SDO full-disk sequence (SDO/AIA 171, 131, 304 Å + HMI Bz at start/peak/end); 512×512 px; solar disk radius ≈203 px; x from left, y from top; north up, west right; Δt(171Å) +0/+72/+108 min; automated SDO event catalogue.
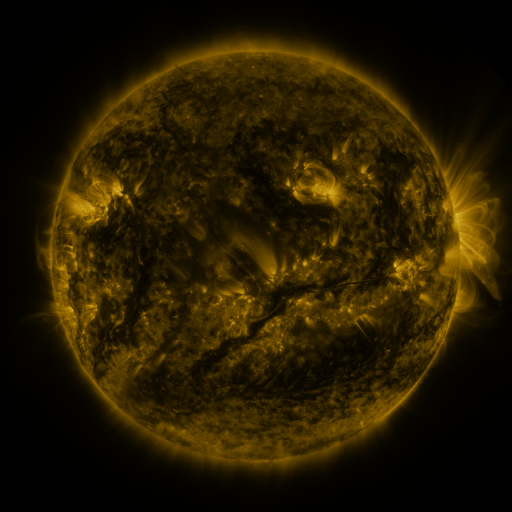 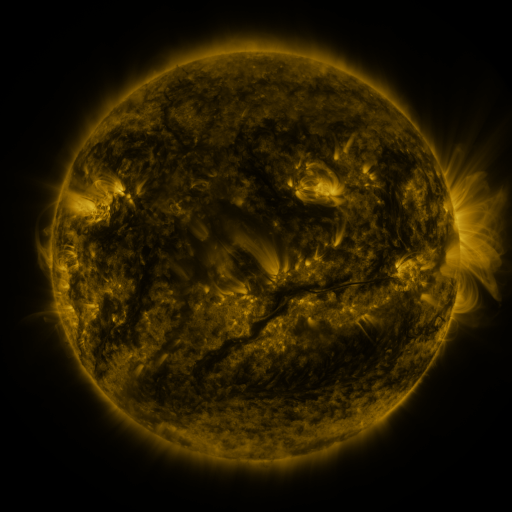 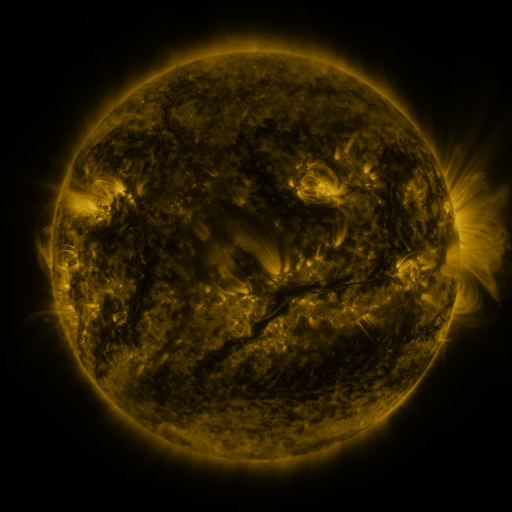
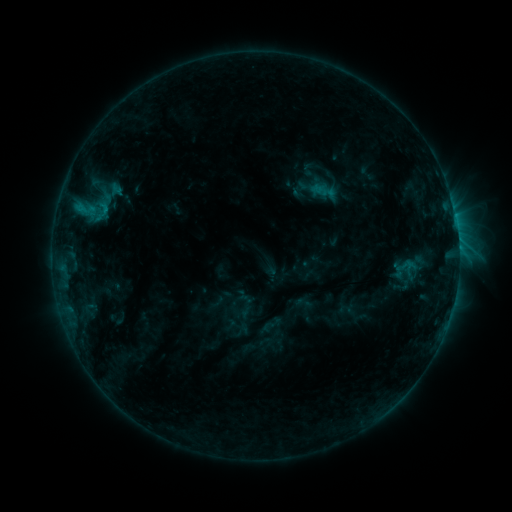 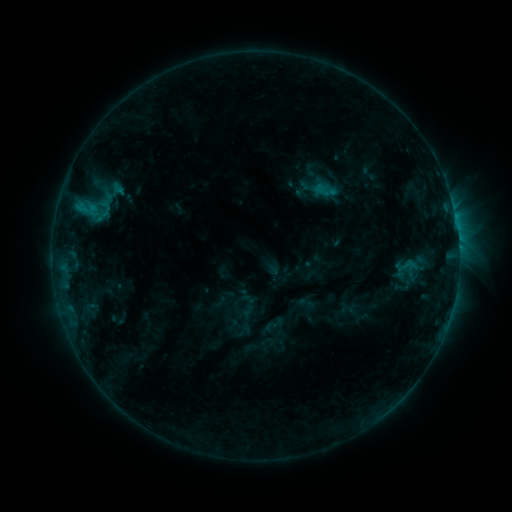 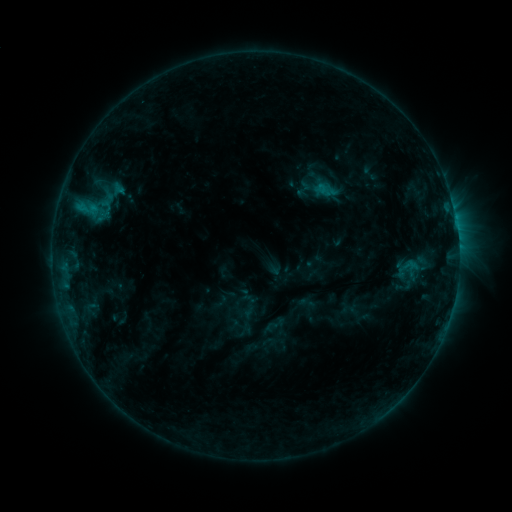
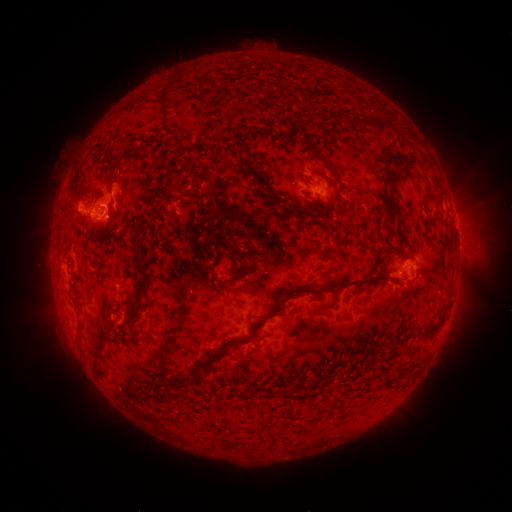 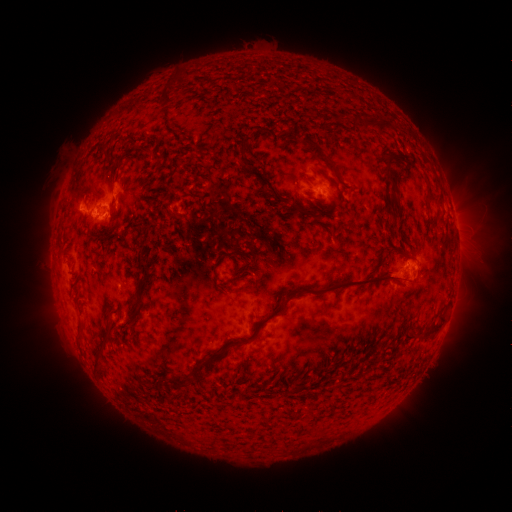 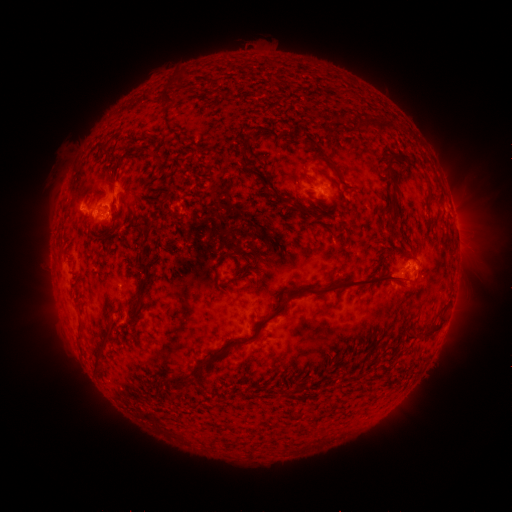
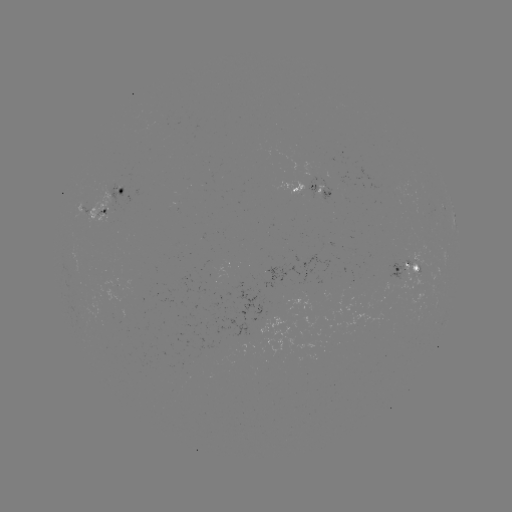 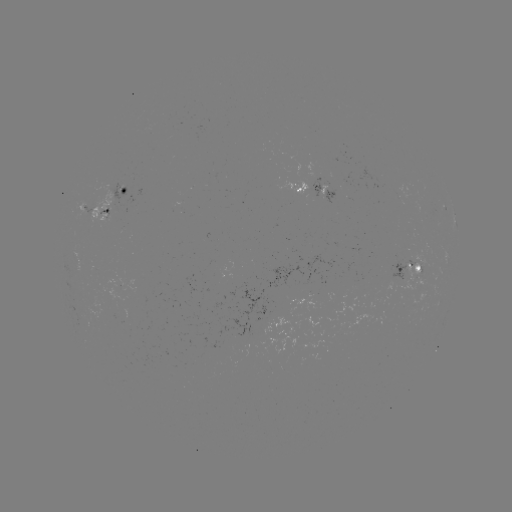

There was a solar emerging-flux region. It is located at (107, 215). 